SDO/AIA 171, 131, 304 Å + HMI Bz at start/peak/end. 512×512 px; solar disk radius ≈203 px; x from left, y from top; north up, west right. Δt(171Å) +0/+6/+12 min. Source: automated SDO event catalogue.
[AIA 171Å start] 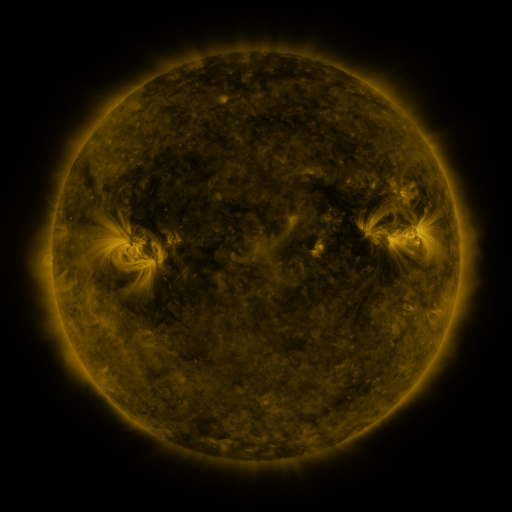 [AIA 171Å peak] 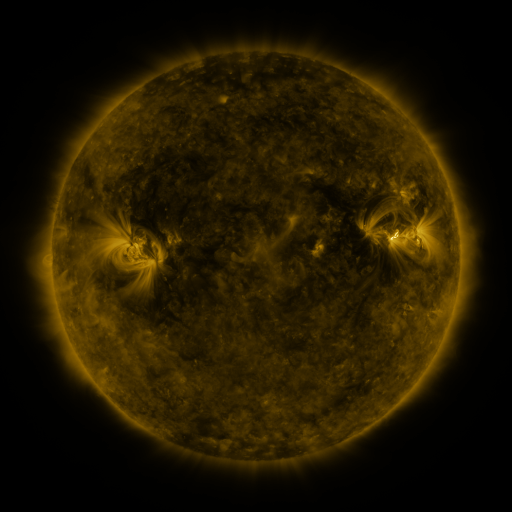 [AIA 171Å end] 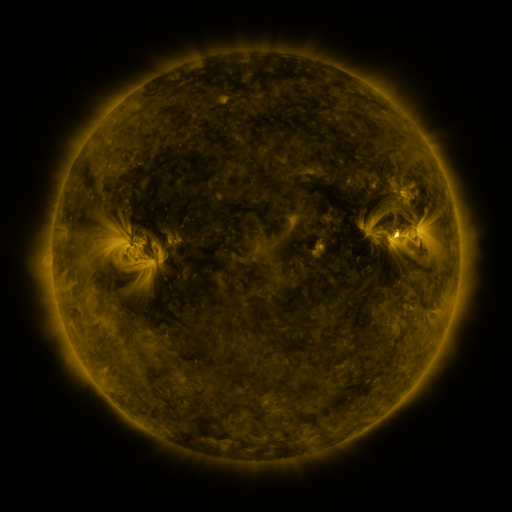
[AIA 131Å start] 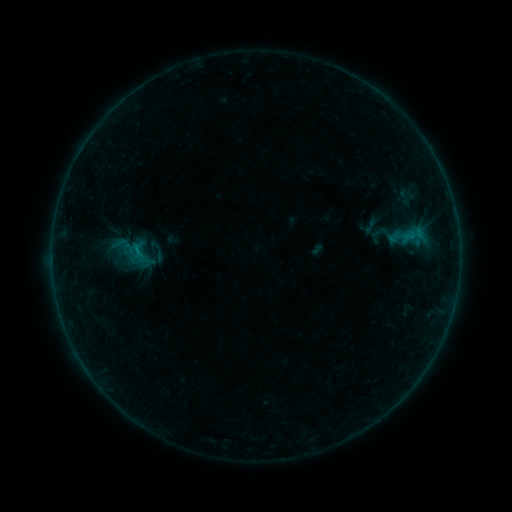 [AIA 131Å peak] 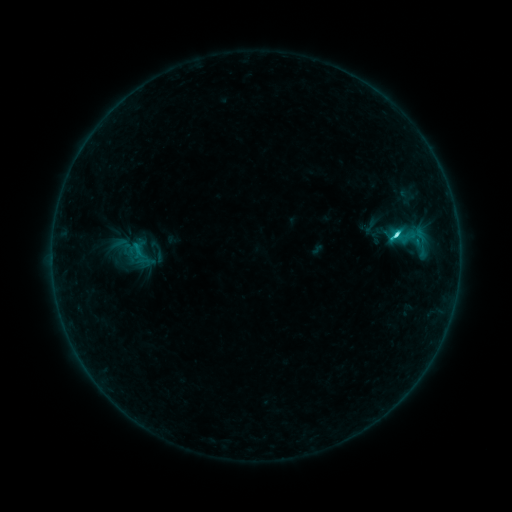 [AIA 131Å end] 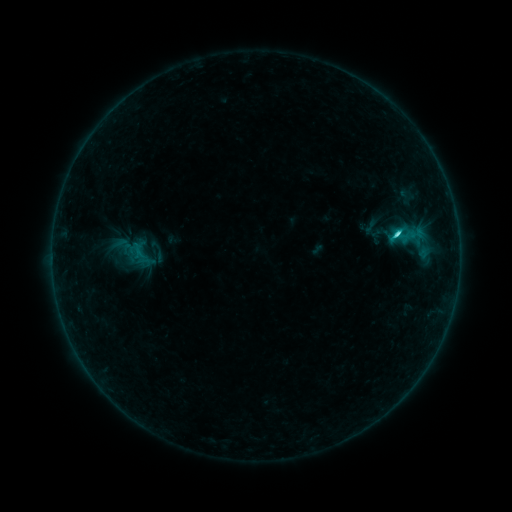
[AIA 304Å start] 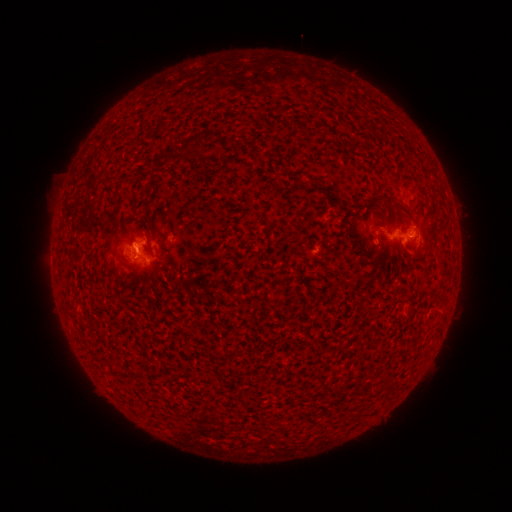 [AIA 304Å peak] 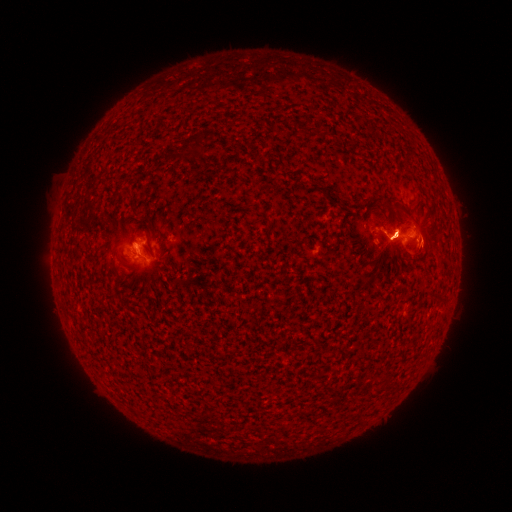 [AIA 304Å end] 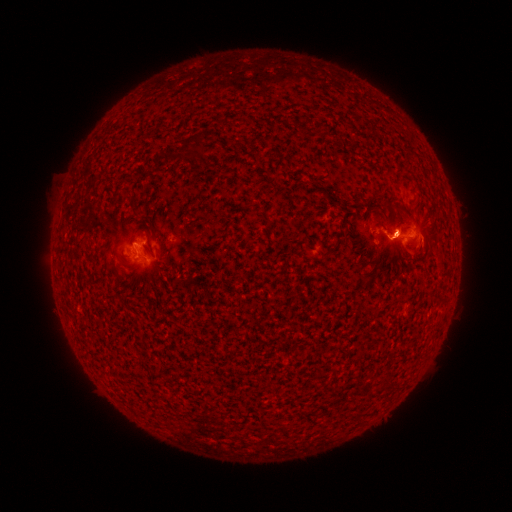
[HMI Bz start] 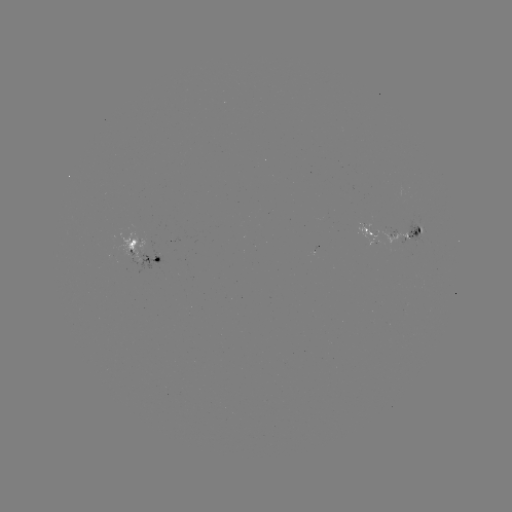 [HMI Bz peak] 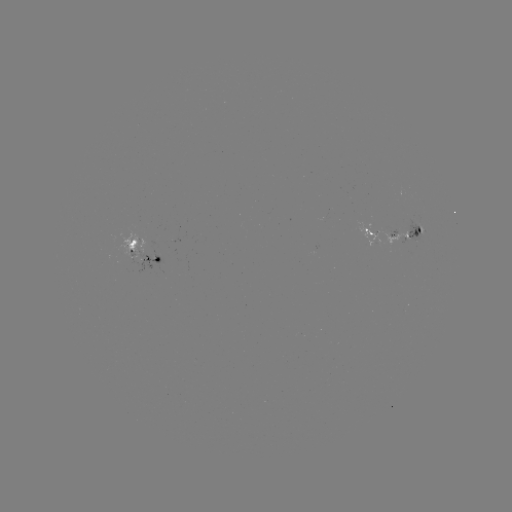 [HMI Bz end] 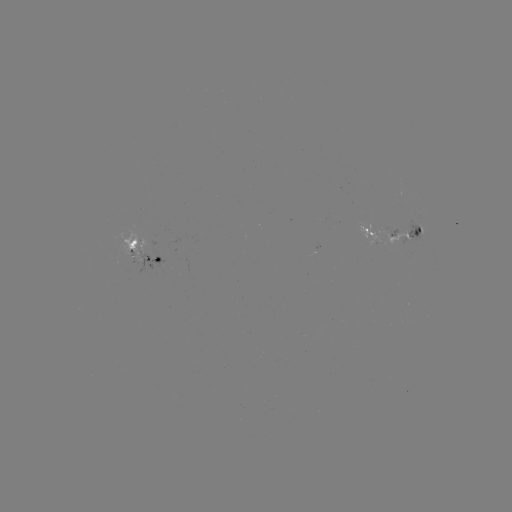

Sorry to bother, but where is C3.0 flare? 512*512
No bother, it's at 395,238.